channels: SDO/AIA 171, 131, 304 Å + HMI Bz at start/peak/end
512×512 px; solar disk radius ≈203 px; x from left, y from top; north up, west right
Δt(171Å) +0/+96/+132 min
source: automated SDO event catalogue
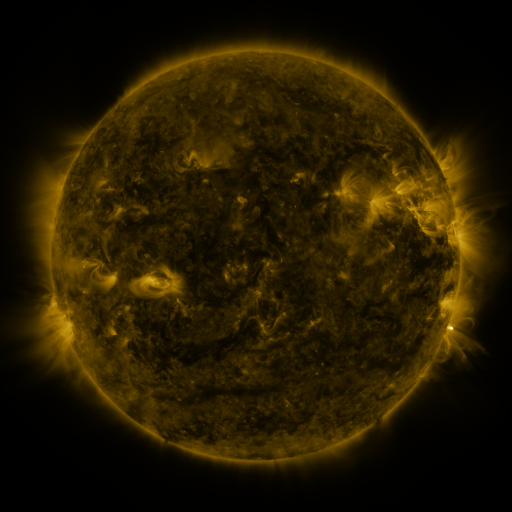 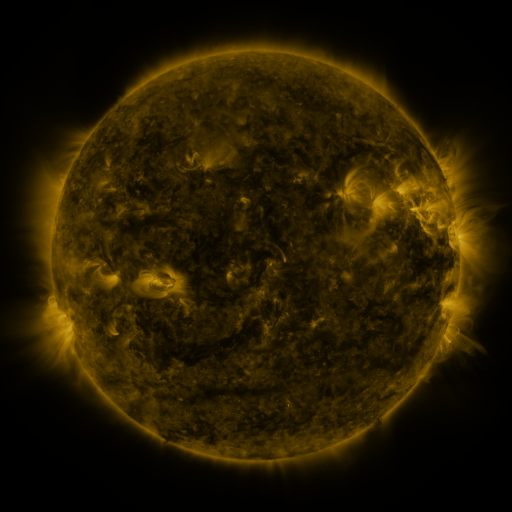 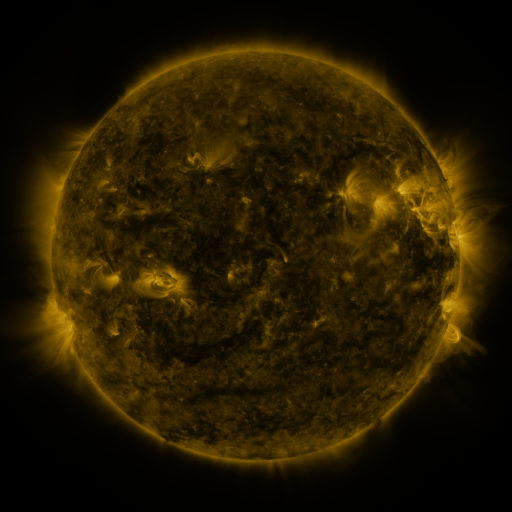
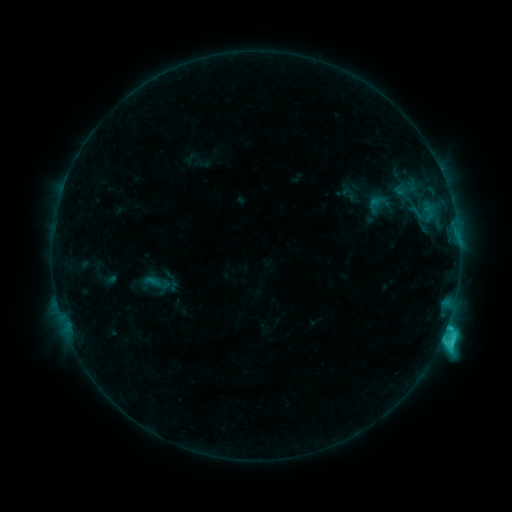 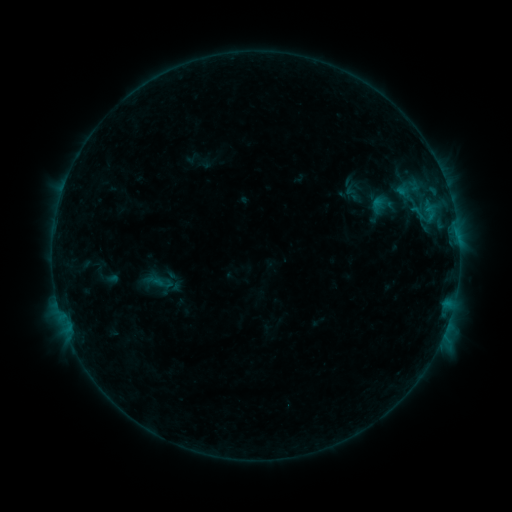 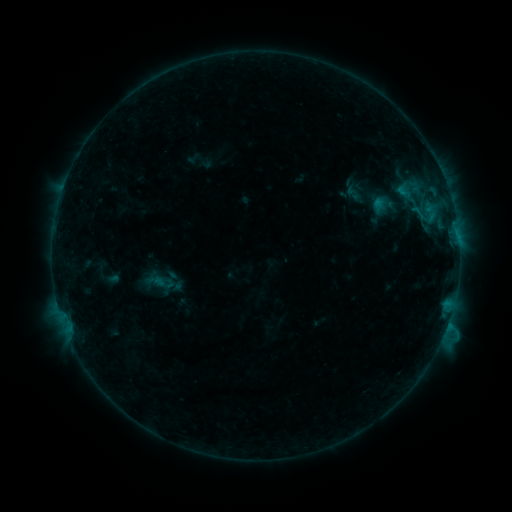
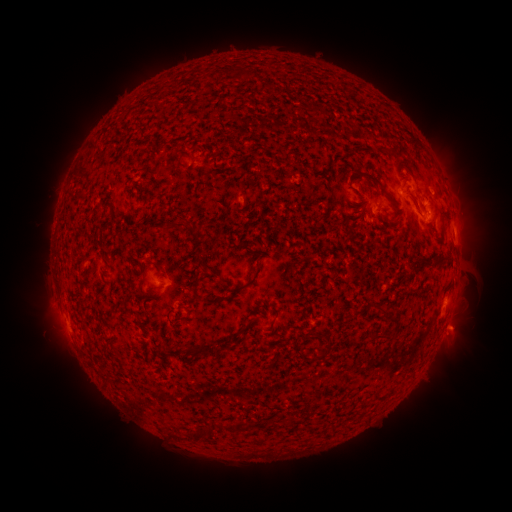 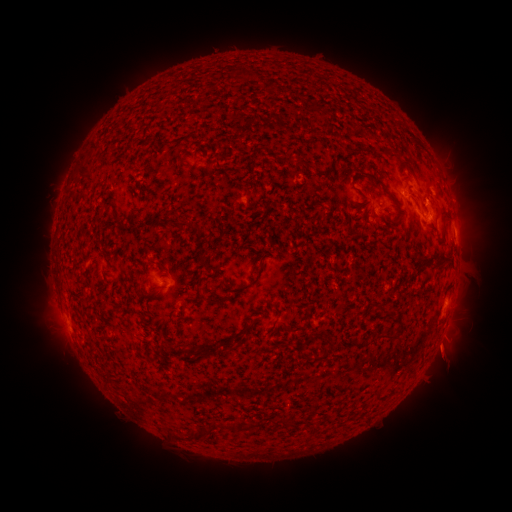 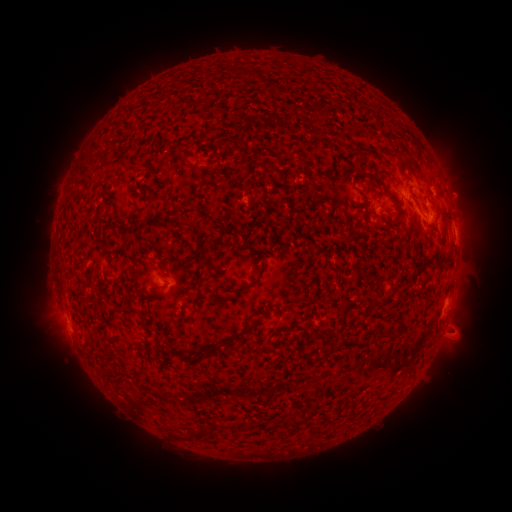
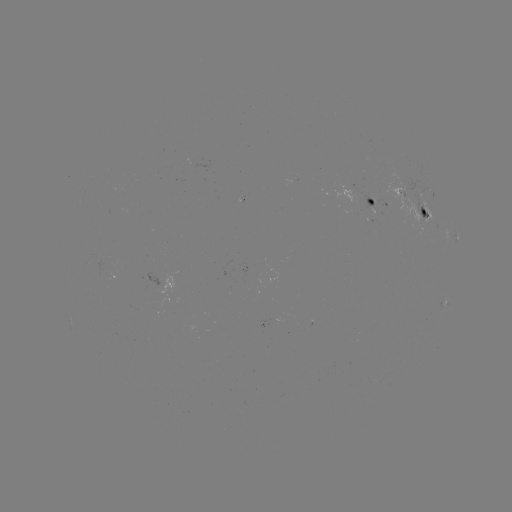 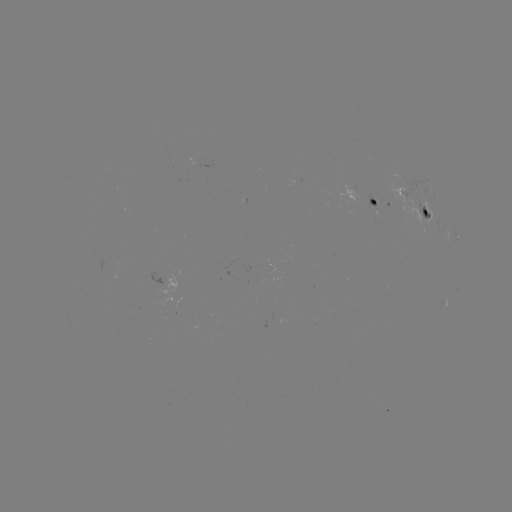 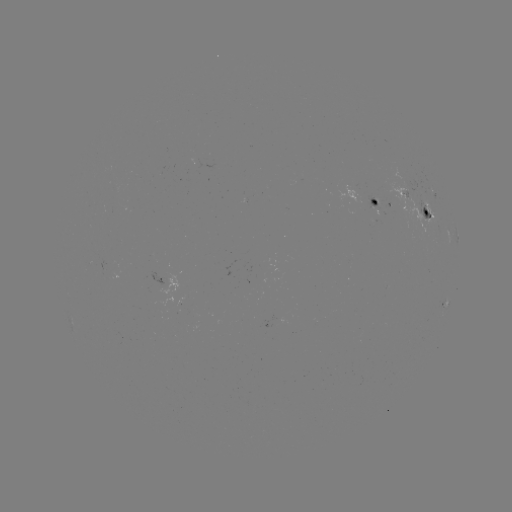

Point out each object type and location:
emerging-flux region: (272, 322)
